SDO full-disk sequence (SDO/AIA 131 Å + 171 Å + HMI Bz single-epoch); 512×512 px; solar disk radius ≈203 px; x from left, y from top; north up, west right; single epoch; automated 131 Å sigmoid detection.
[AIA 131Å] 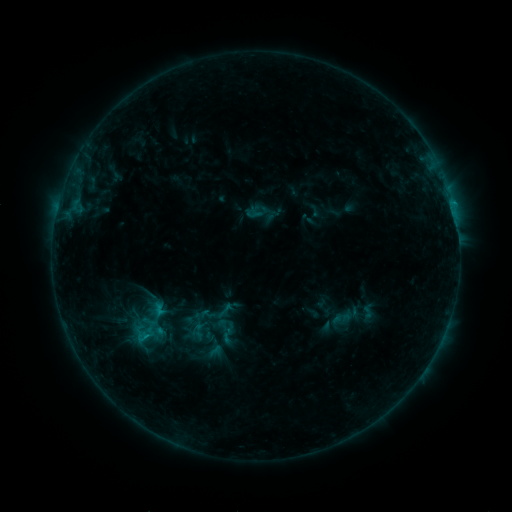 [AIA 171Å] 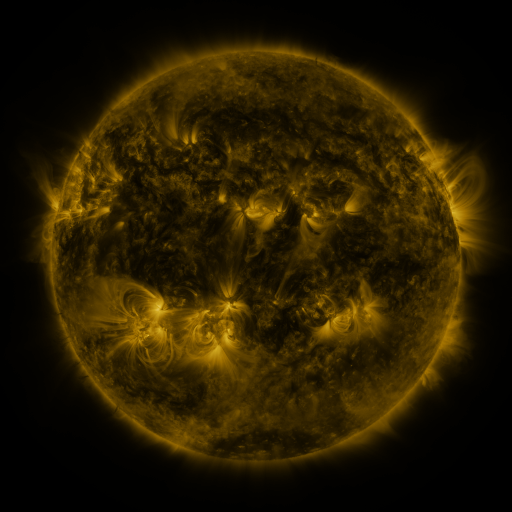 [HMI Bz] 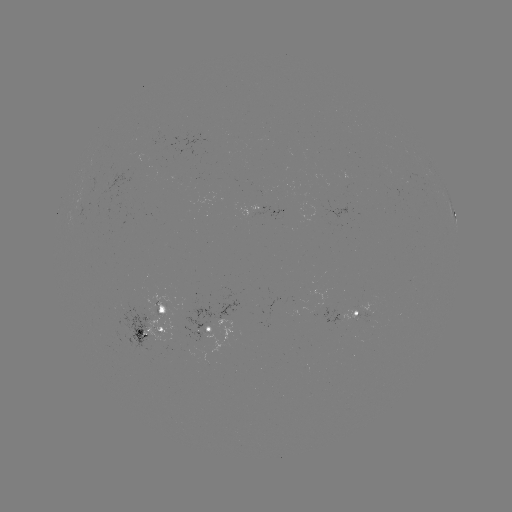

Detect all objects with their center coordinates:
sigmoid: (225, 310)
sigmoid: (227, 336)
